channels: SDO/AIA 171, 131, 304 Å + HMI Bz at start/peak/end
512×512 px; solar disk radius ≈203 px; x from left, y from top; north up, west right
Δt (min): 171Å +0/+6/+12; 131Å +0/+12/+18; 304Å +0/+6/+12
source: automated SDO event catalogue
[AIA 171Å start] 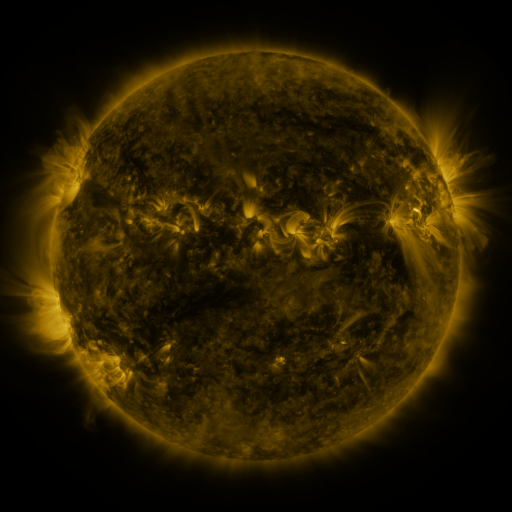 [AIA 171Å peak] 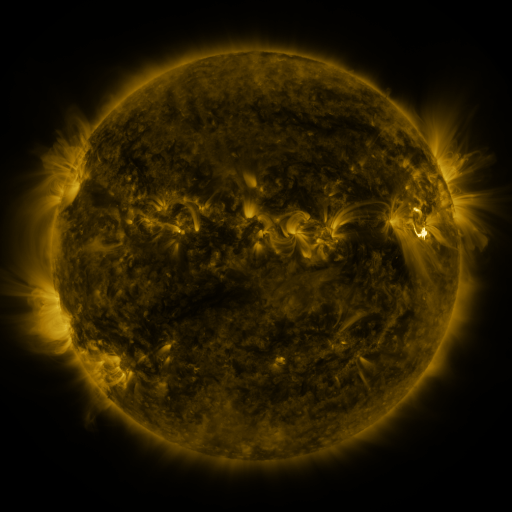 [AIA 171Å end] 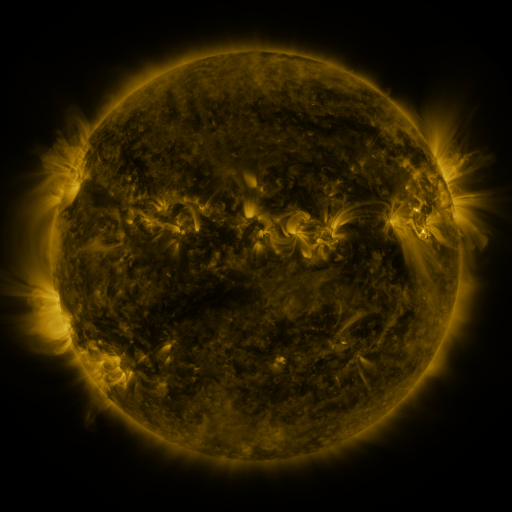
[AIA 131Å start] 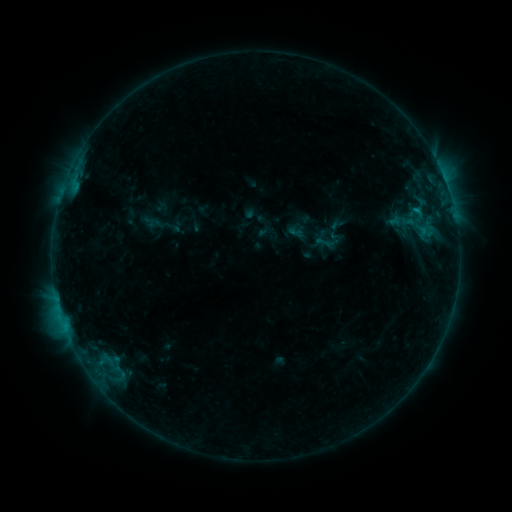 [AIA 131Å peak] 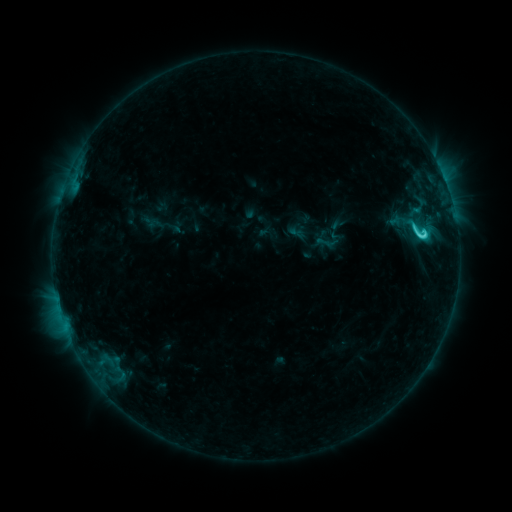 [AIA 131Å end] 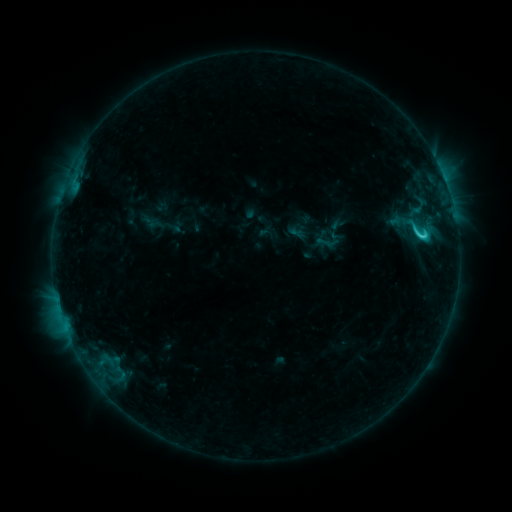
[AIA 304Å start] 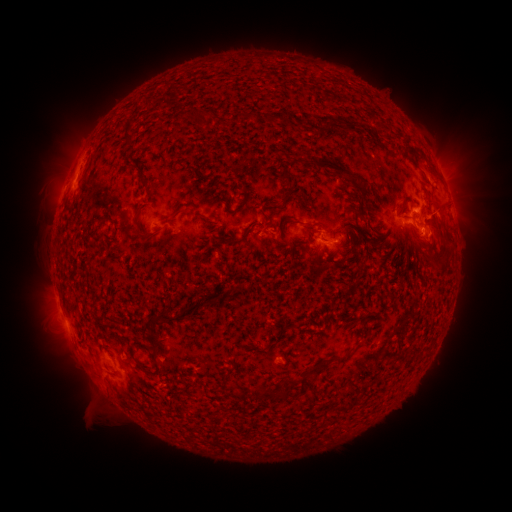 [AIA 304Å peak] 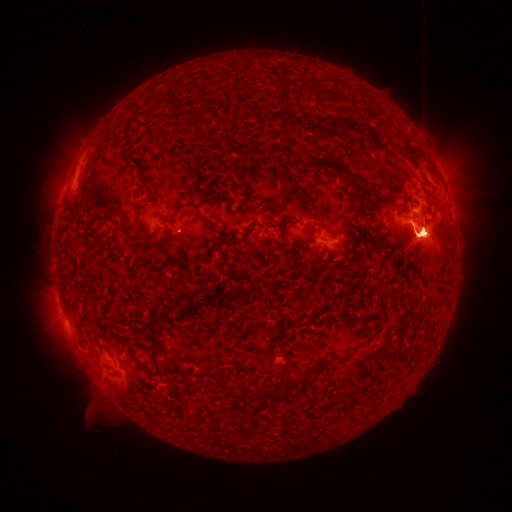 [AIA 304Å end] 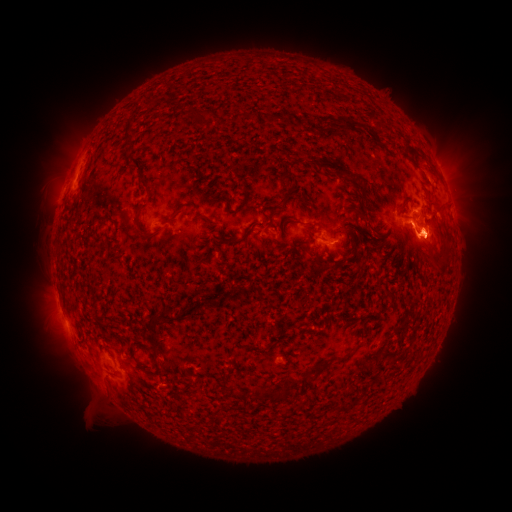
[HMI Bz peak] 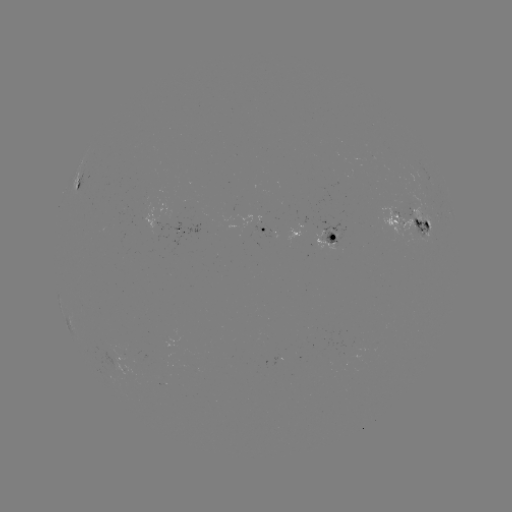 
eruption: [32, 118, 105, 211]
